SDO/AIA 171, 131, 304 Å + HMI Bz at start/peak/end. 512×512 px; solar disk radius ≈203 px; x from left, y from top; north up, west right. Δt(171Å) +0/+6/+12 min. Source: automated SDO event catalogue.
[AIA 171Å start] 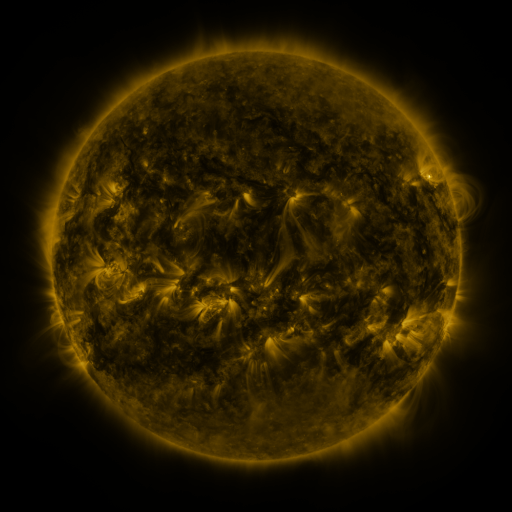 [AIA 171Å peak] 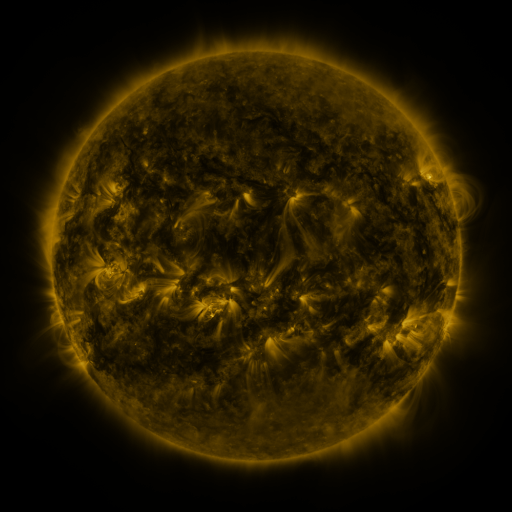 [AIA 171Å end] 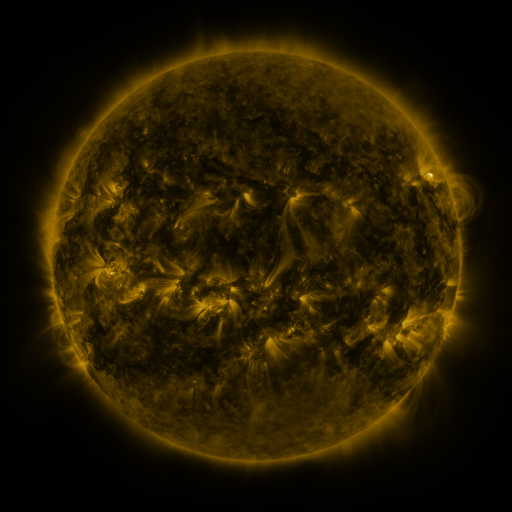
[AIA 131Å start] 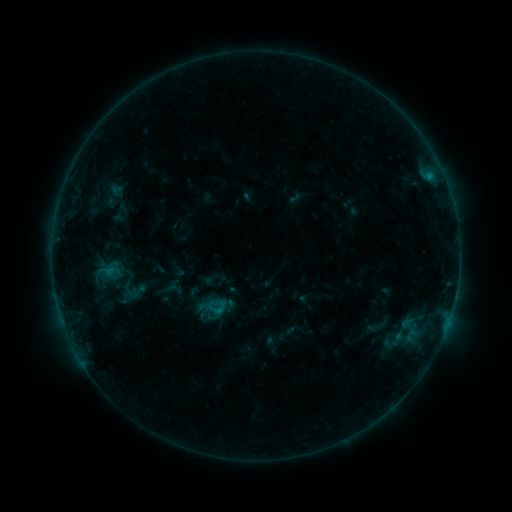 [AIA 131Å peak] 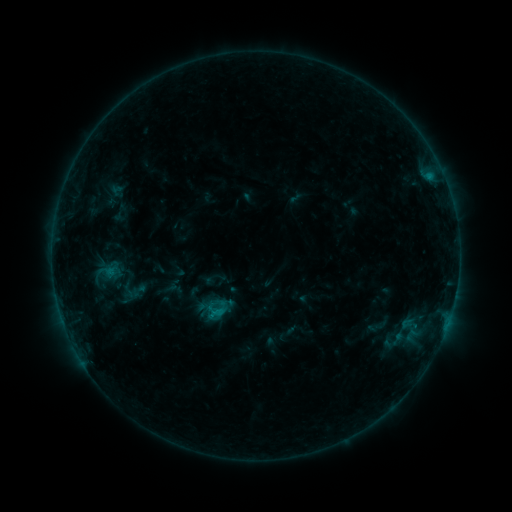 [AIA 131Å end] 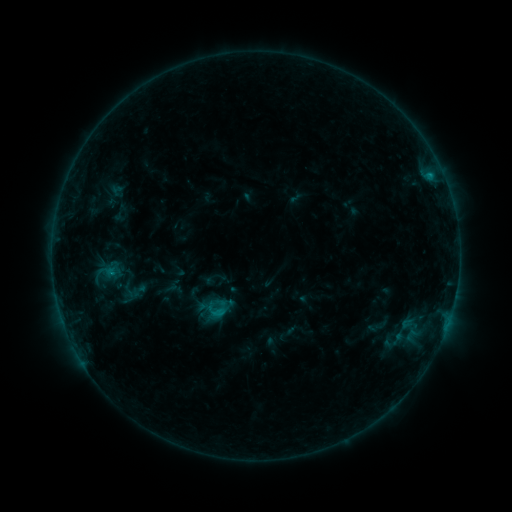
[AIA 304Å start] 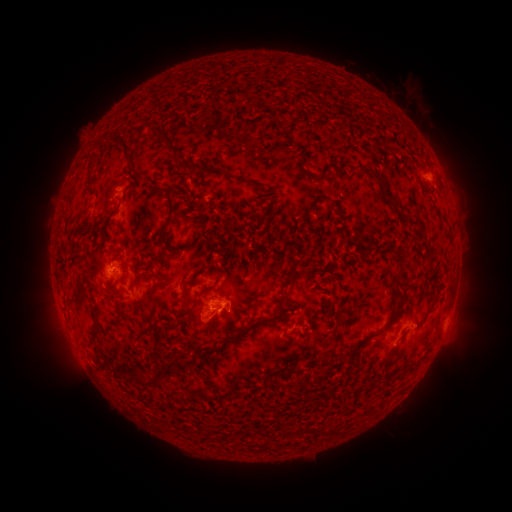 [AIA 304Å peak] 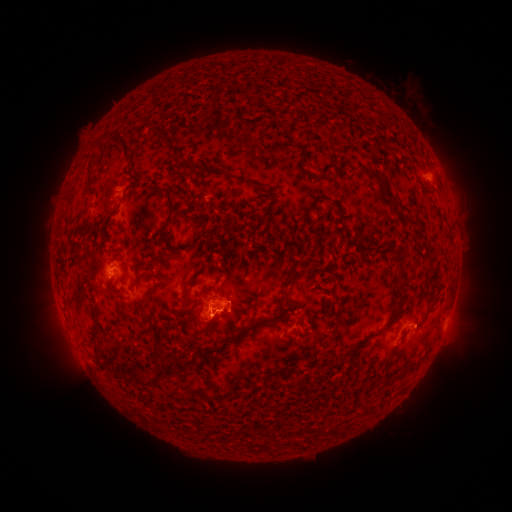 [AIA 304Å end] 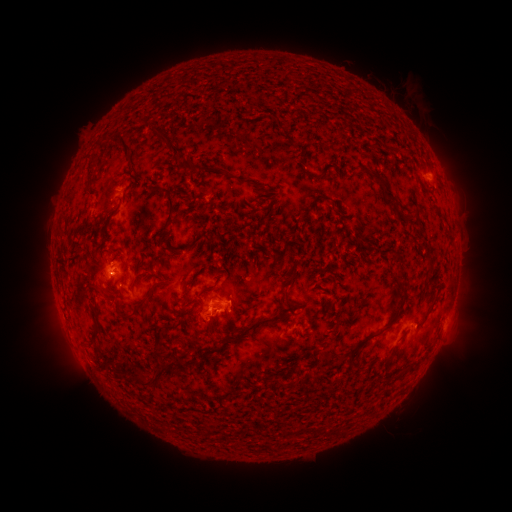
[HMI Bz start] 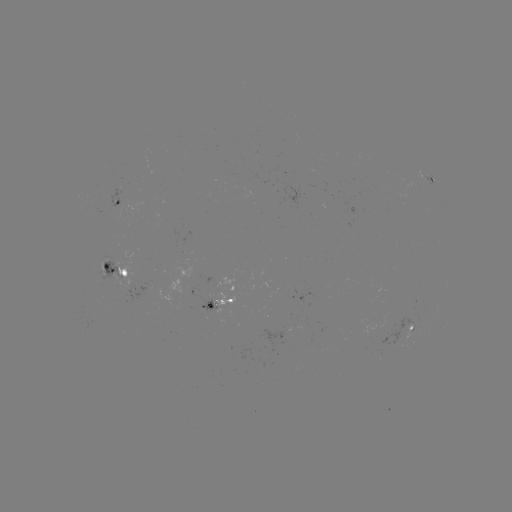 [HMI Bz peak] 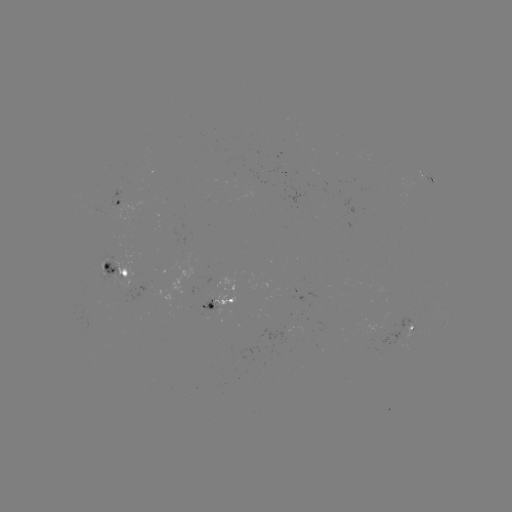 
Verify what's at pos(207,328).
eruption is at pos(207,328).